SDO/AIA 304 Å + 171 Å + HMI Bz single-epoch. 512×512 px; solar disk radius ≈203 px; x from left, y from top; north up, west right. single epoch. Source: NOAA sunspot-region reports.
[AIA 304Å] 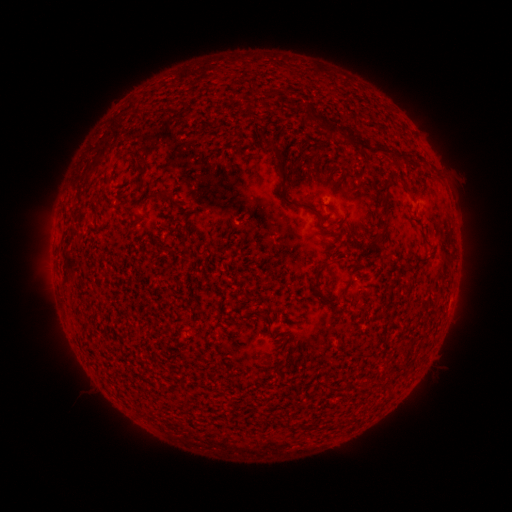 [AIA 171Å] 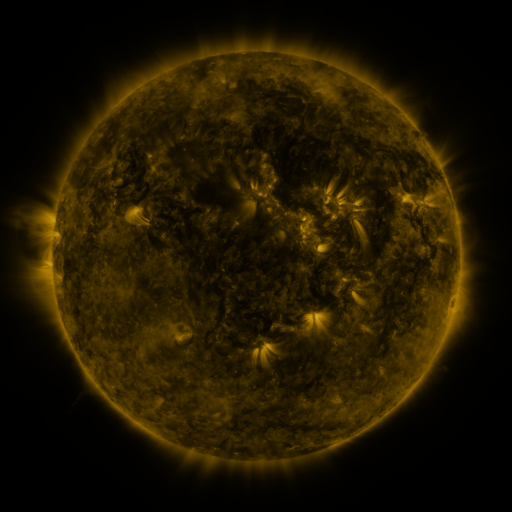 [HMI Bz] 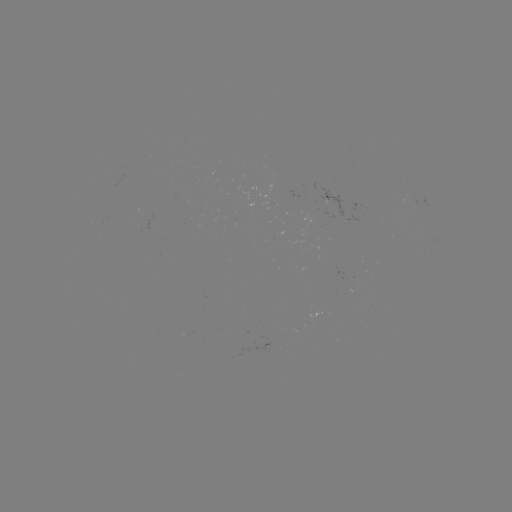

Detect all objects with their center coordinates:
spotted active region: (329, 200)
